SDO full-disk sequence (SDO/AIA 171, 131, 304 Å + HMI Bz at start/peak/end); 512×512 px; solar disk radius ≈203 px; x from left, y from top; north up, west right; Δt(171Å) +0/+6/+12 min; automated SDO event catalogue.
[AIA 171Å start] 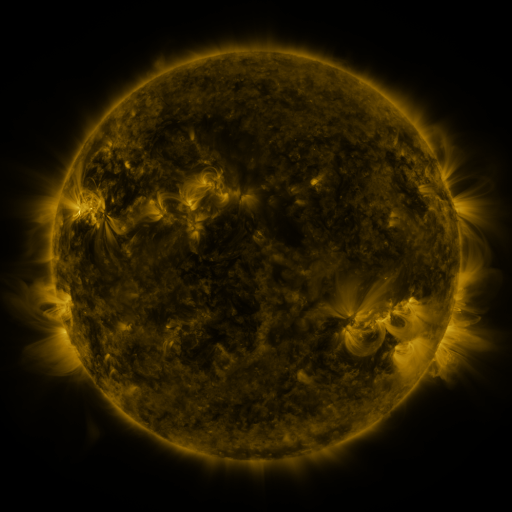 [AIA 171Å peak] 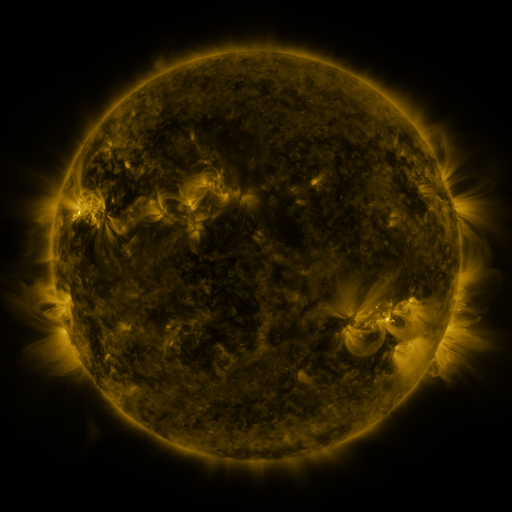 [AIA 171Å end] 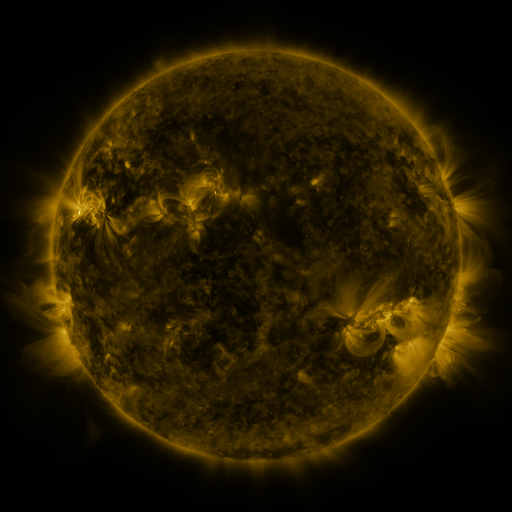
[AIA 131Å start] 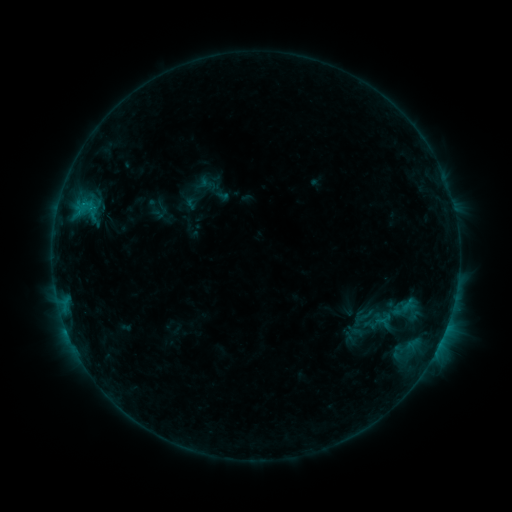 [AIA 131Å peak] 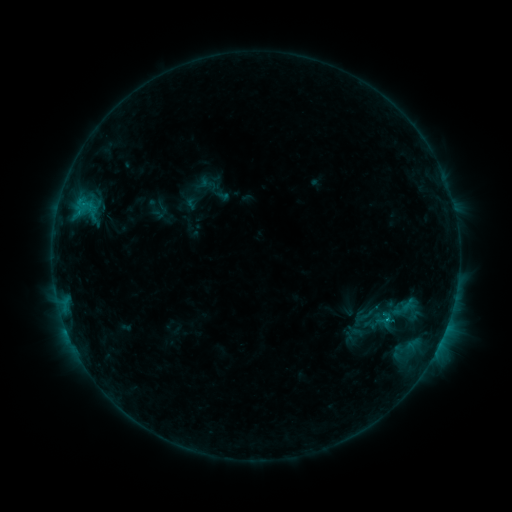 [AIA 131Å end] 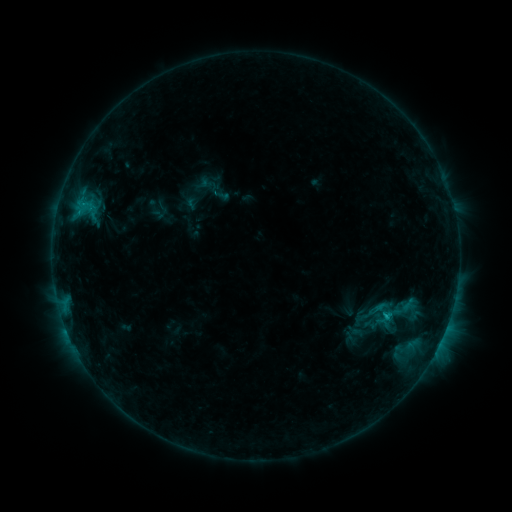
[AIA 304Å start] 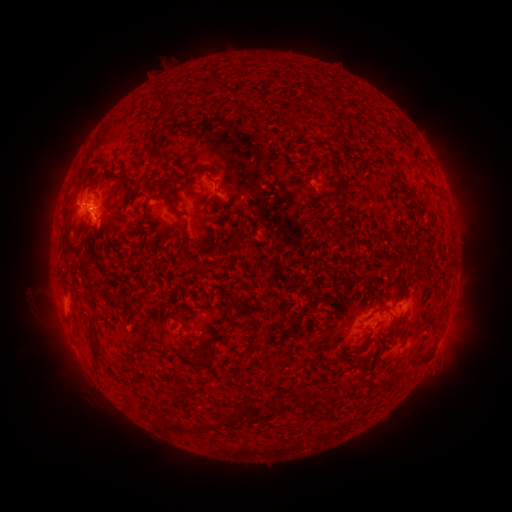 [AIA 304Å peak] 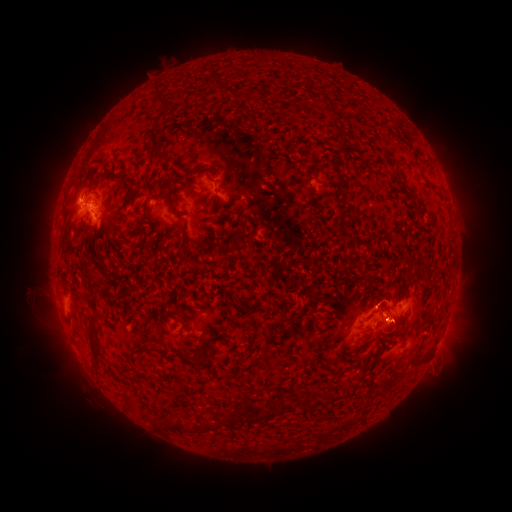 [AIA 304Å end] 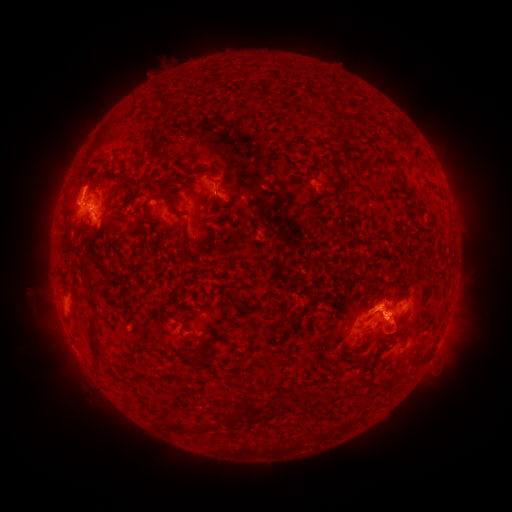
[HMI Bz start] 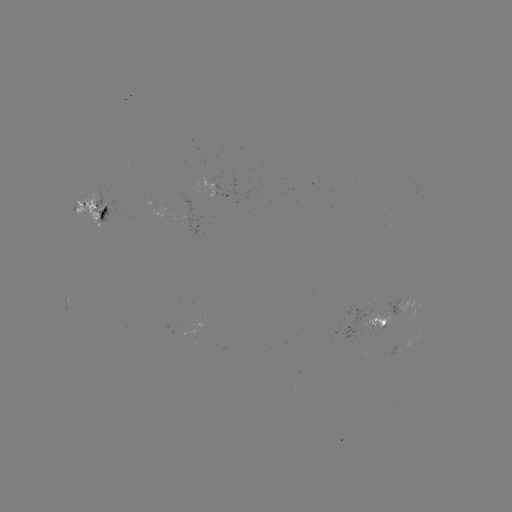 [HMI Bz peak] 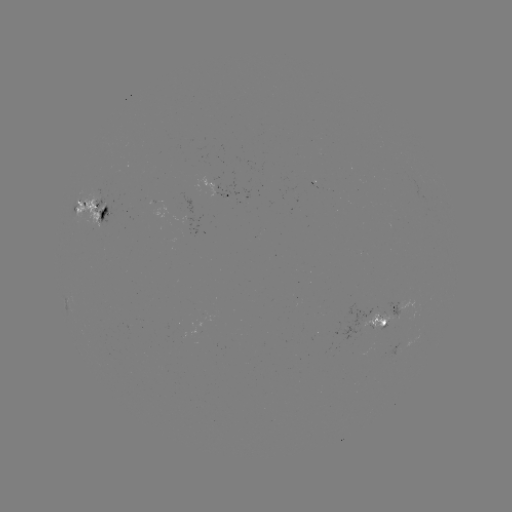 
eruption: <bbox>362, 236, 414, 271</bbox>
